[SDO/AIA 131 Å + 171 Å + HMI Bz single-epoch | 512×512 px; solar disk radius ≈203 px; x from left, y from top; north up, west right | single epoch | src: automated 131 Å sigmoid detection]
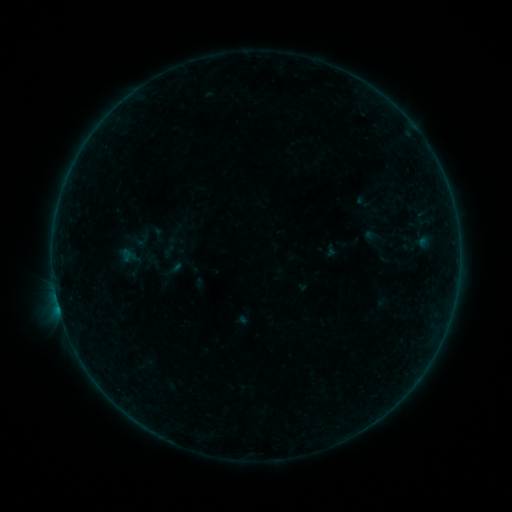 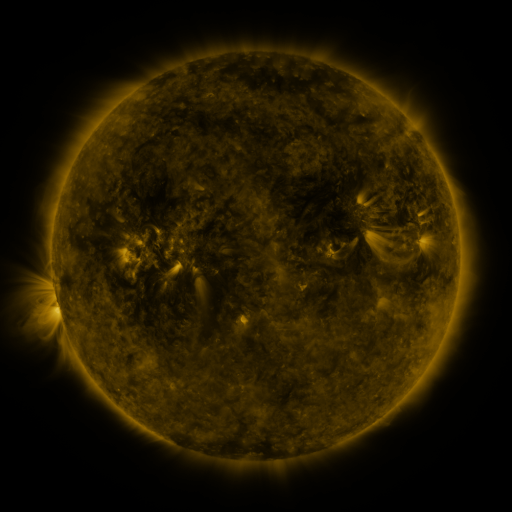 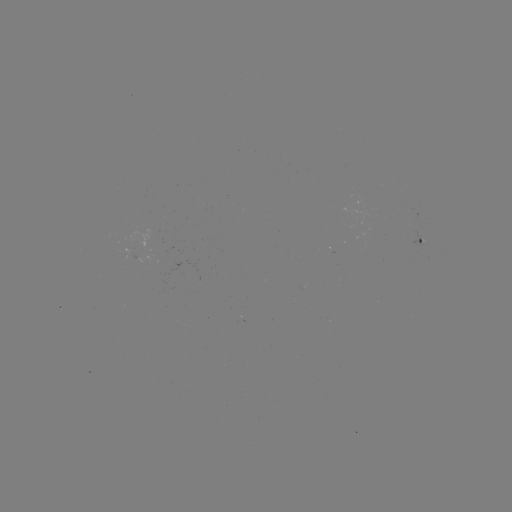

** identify sigmoid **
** [155, 232] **